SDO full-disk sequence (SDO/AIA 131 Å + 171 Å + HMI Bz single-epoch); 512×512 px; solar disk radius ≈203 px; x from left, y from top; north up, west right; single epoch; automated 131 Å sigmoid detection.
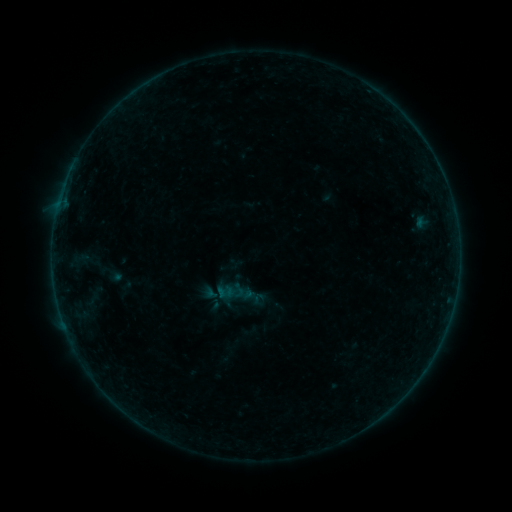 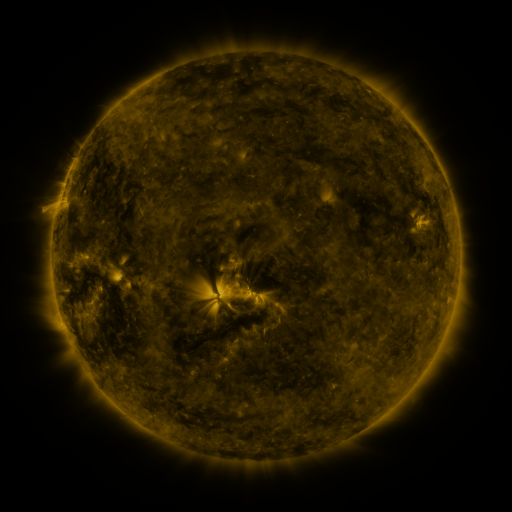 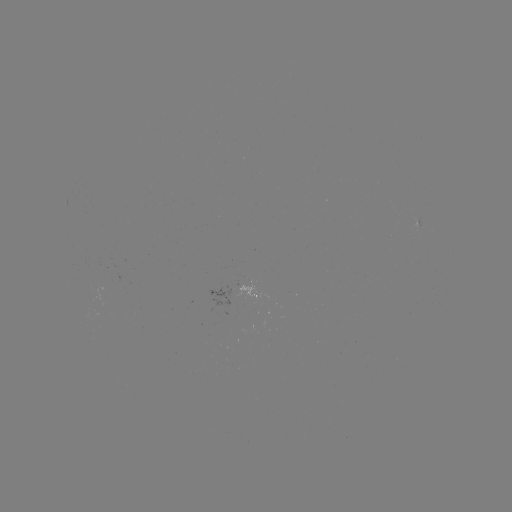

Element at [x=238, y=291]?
sigmoid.